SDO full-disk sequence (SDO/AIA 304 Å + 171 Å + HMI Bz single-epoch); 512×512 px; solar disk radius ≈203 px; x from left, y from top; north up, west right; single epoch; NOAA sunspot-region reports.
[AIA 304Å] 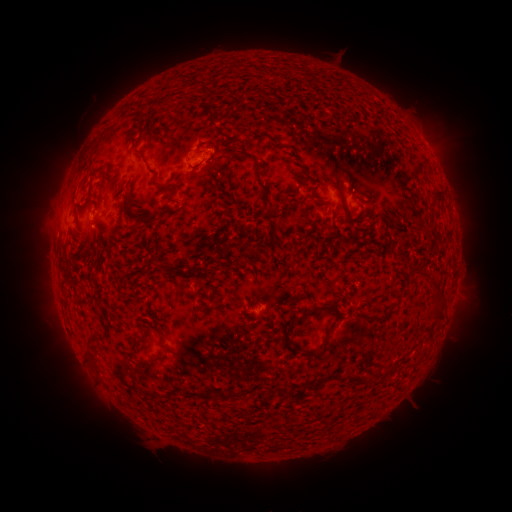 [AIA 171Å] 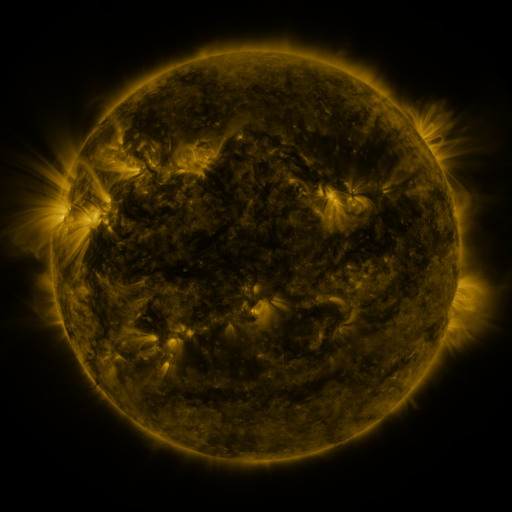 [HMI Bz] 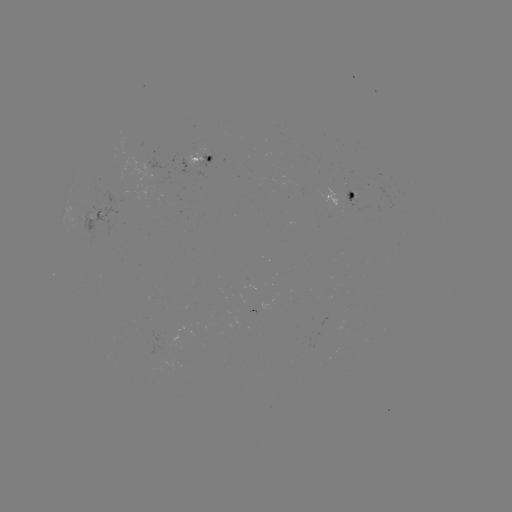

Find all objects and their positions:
spotted active region: (210, 159)
spotted active region: (359, 201)
spotted active region: (97, 214)
